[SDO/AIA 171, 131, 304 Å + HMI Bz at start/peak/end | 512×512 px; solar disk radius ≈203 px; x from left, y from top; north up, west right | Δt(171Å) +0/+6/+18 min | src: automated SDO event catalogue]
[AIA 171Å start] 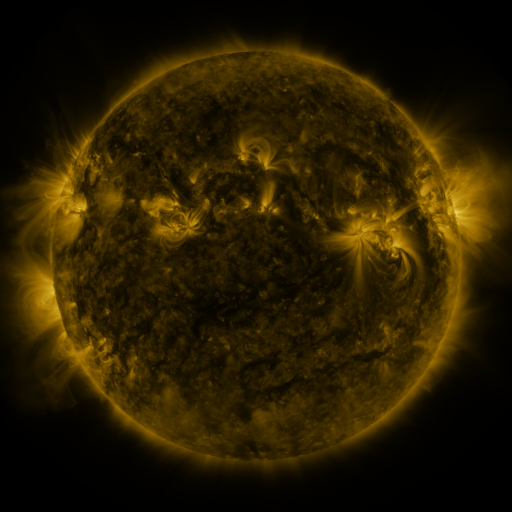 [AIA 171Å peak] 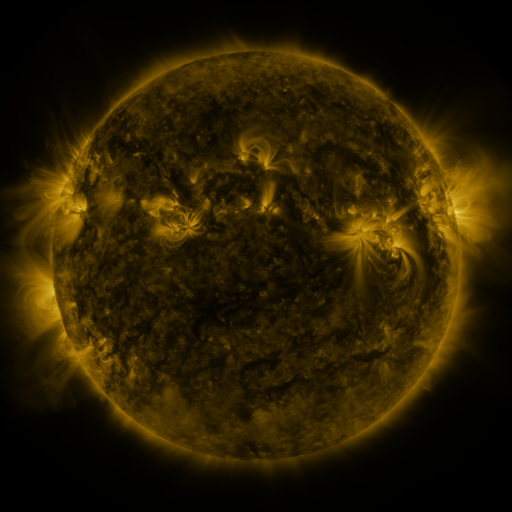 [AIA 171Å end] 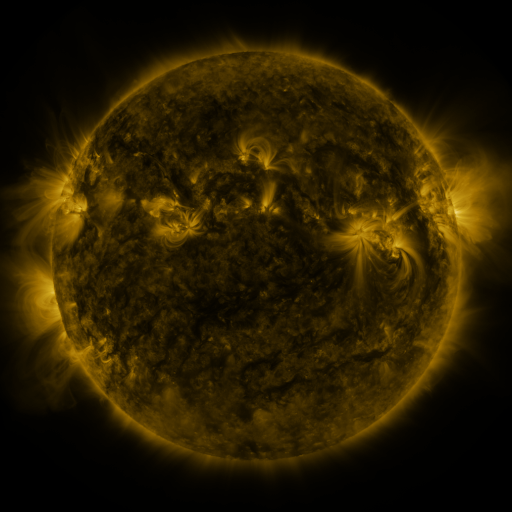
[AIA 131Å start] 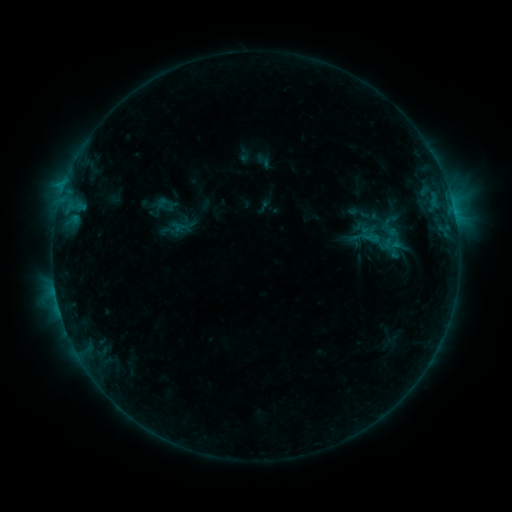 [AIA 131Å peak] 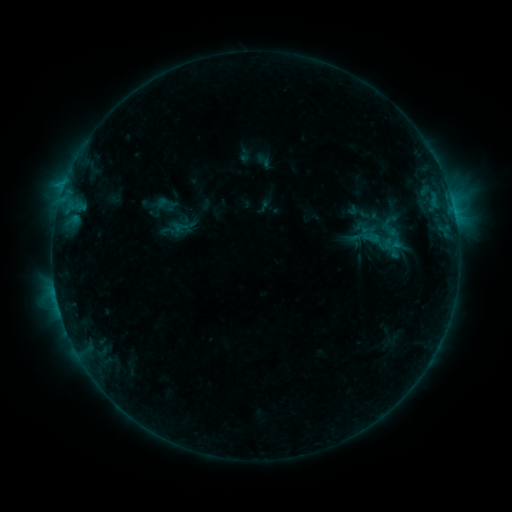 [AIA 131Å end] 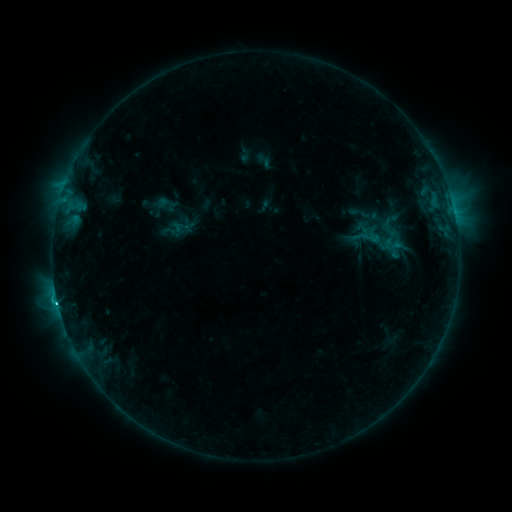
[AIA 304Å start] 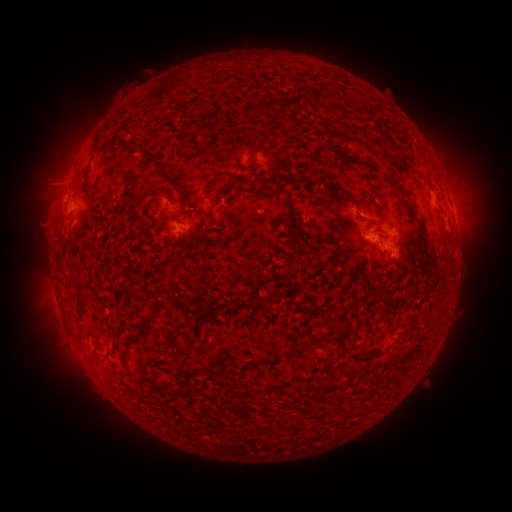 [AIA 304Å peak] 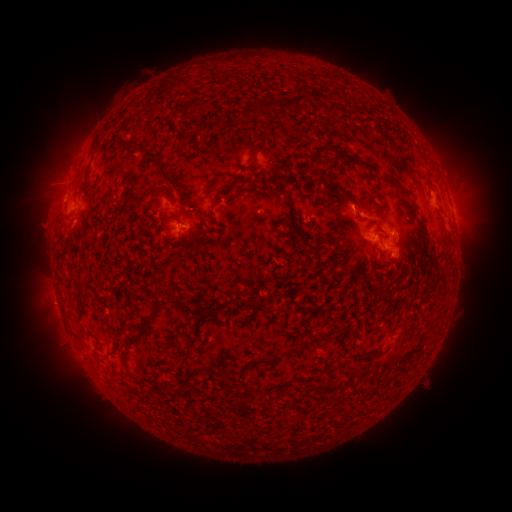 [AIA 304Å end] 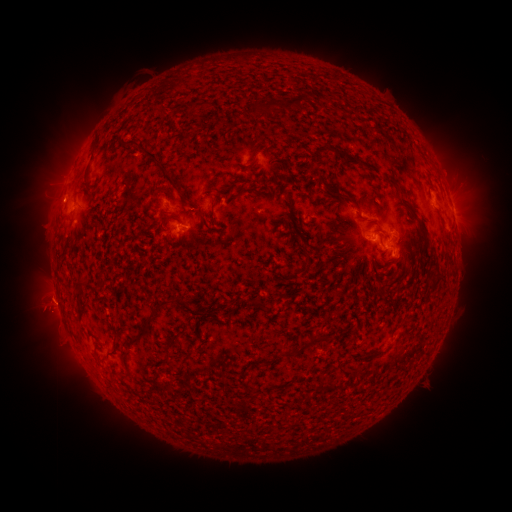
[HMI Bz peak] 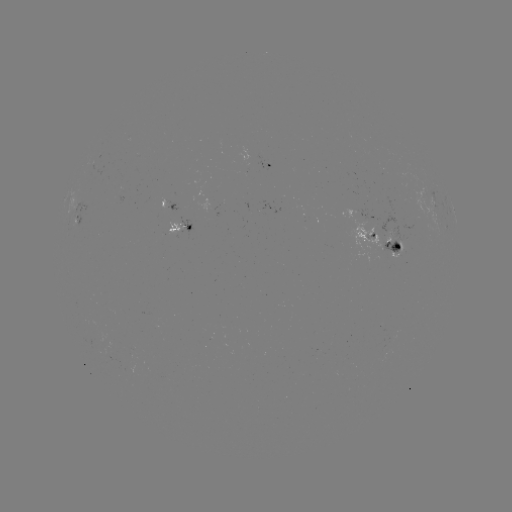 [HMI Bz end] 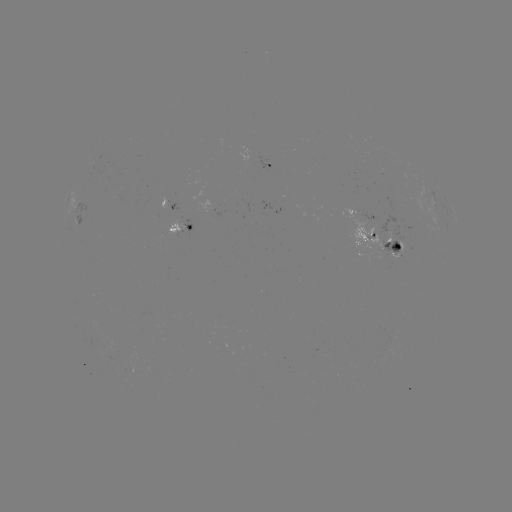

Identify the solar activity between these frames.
C2.7 flare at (454, 214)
